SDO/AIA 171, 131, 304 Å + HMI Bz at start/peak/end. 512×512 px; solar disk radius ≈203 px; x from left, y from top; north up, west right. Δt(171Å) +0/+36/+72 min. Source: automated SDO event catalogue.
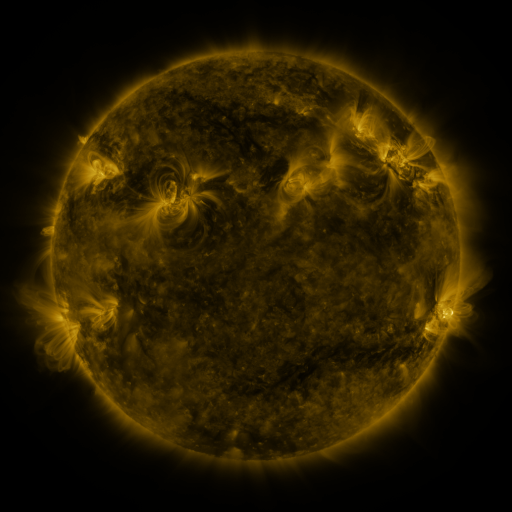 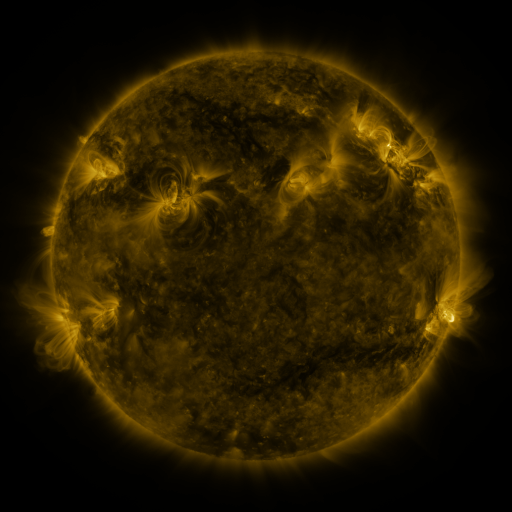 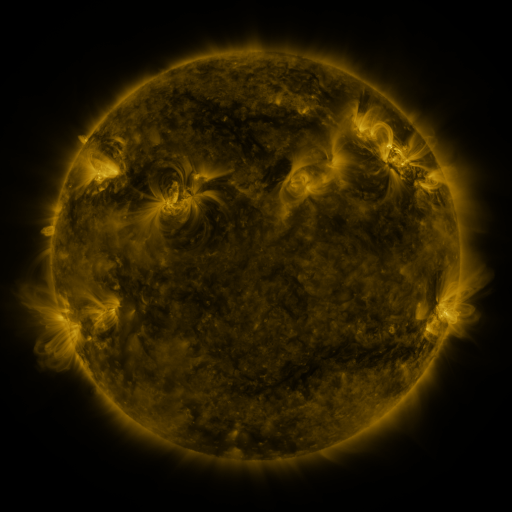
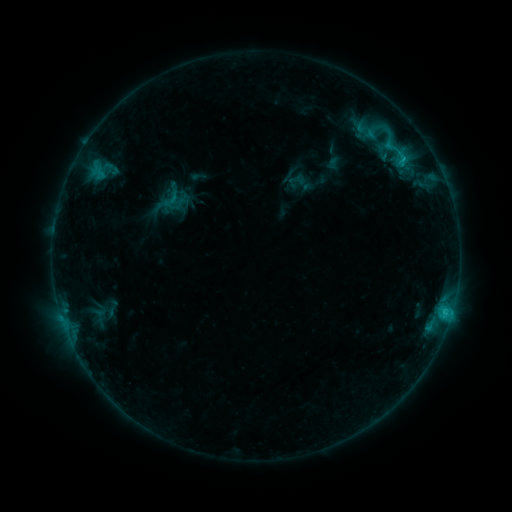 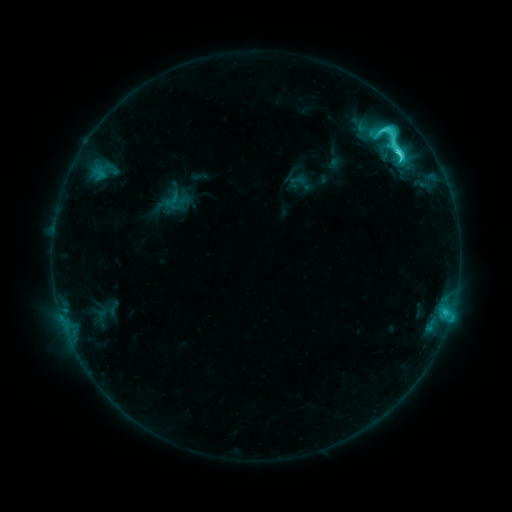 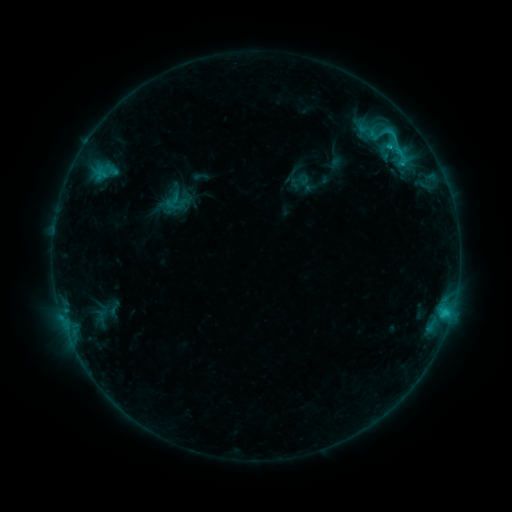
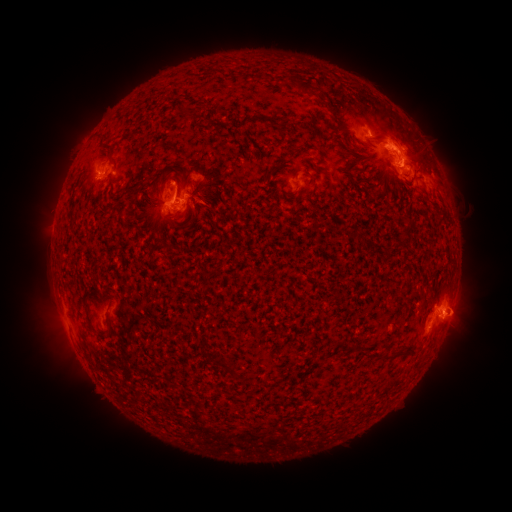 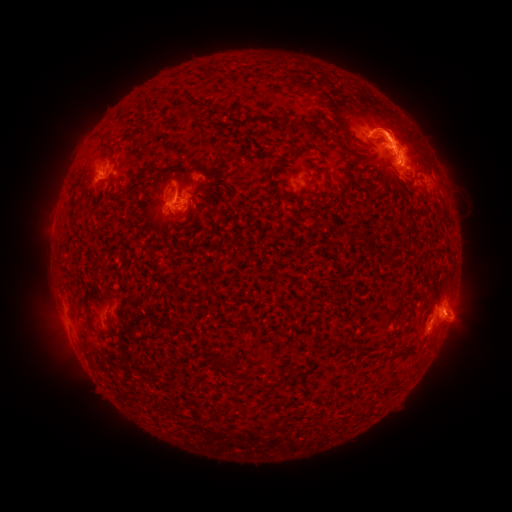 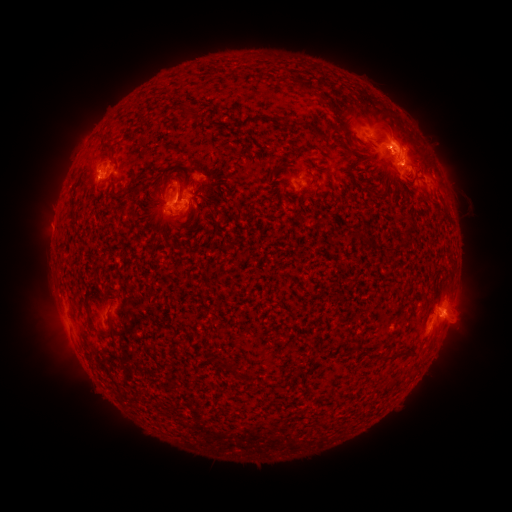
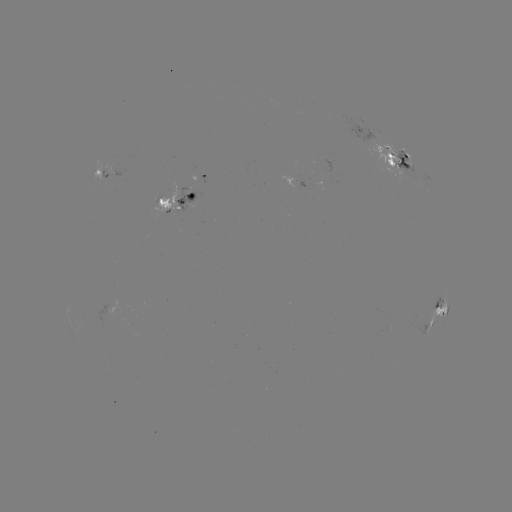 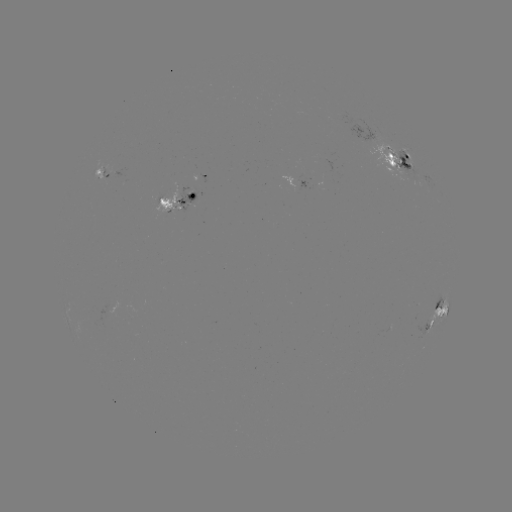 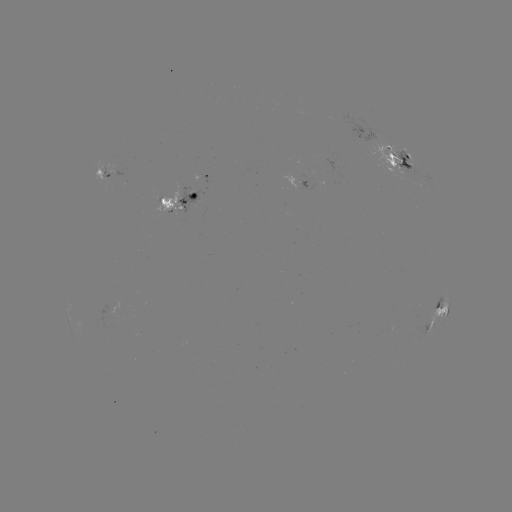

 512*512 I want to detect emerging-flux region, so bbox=[101, 168, 108, 181].